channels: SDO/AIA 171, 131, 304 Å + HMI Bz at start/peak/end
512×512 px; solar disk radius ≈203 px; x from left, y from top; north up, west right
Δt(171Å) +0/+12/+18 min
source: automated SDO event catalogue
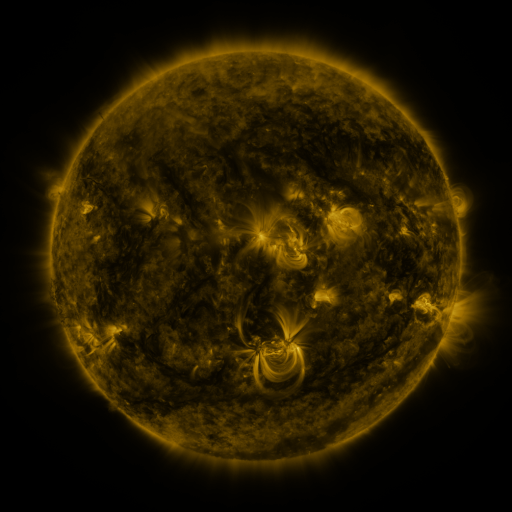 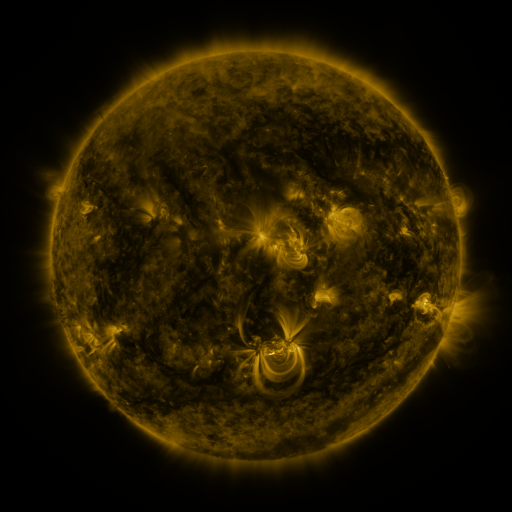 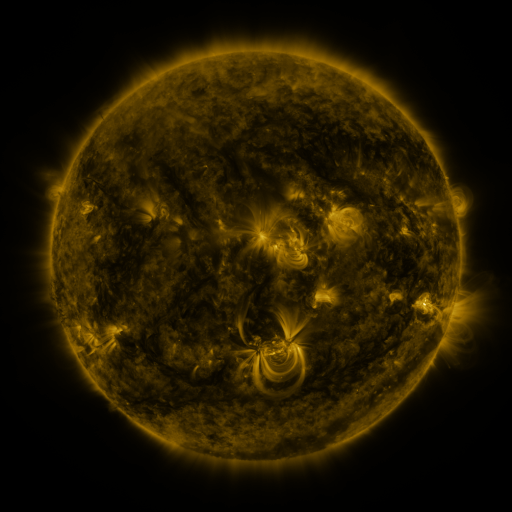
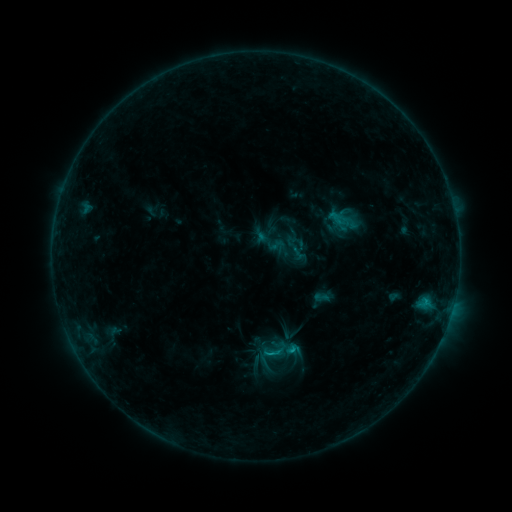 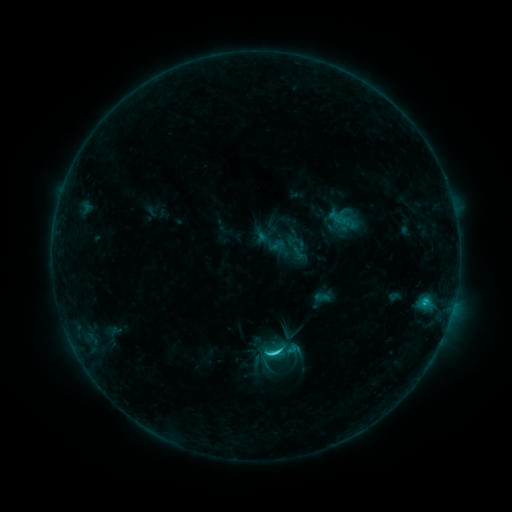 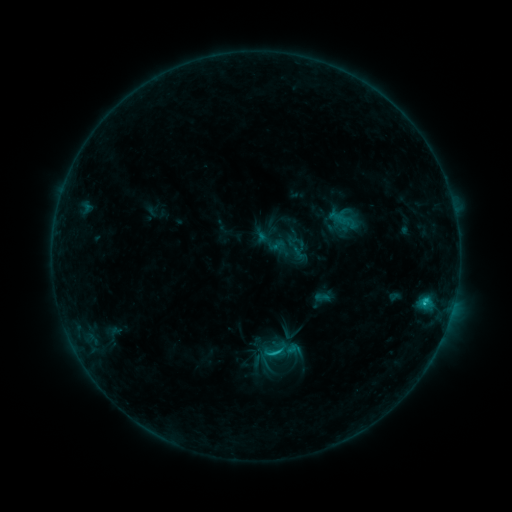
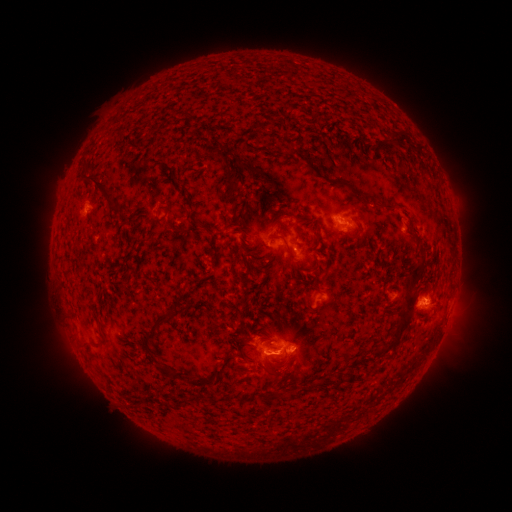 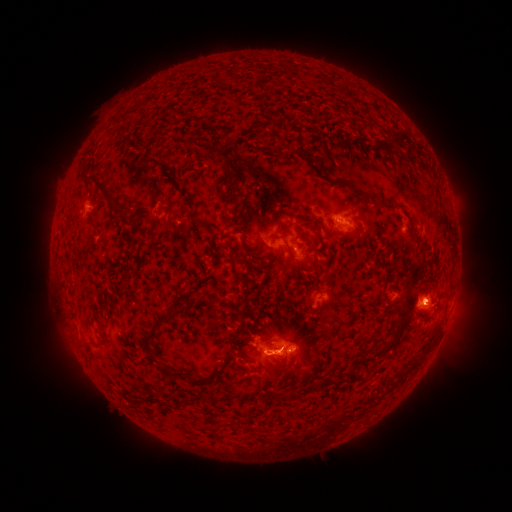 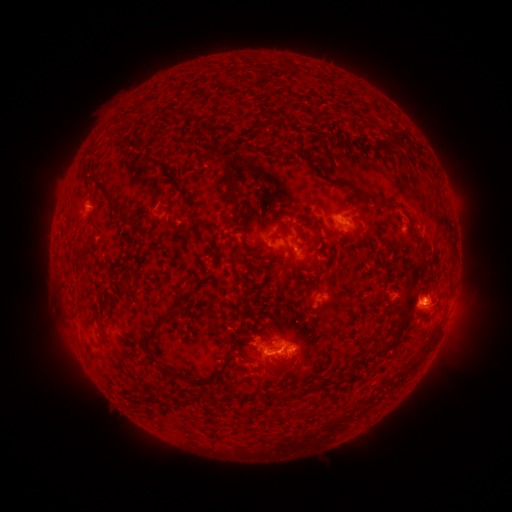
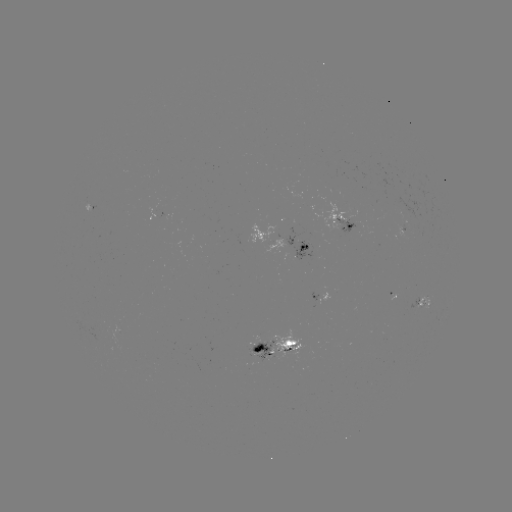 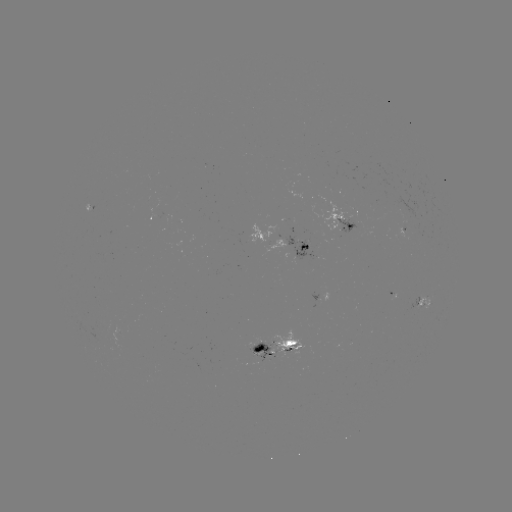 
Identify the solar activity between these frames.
C2.1 flare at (275, 351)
